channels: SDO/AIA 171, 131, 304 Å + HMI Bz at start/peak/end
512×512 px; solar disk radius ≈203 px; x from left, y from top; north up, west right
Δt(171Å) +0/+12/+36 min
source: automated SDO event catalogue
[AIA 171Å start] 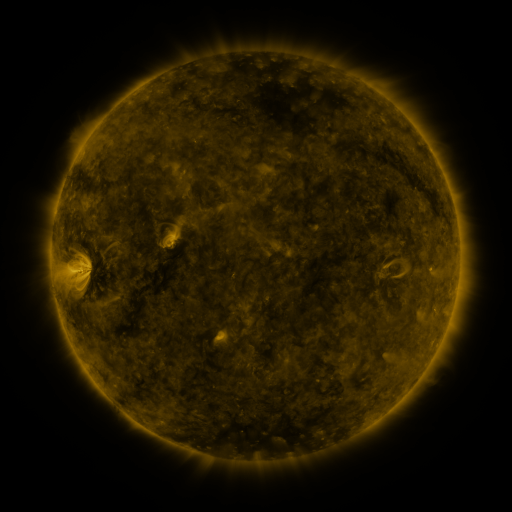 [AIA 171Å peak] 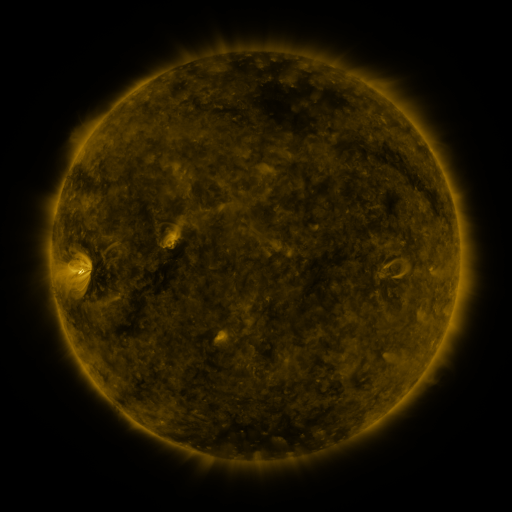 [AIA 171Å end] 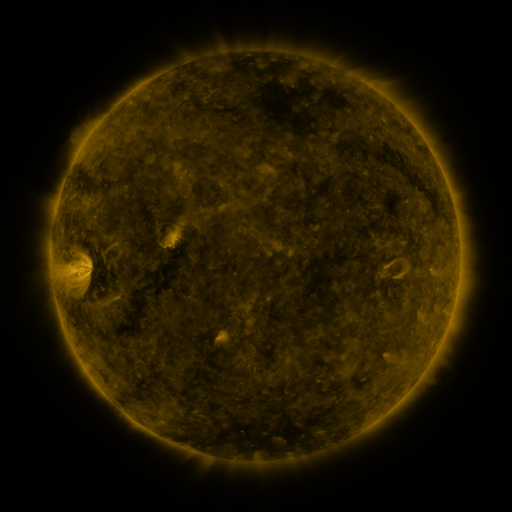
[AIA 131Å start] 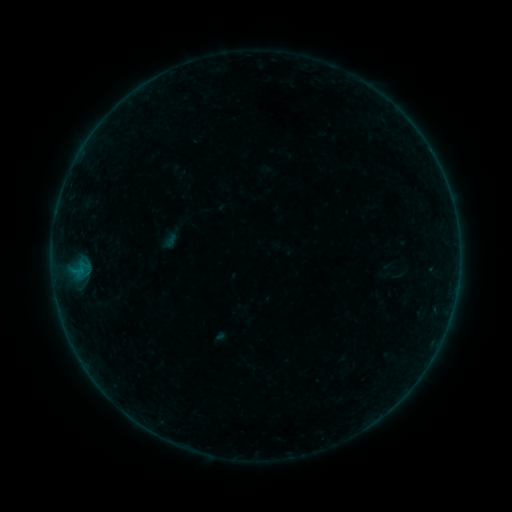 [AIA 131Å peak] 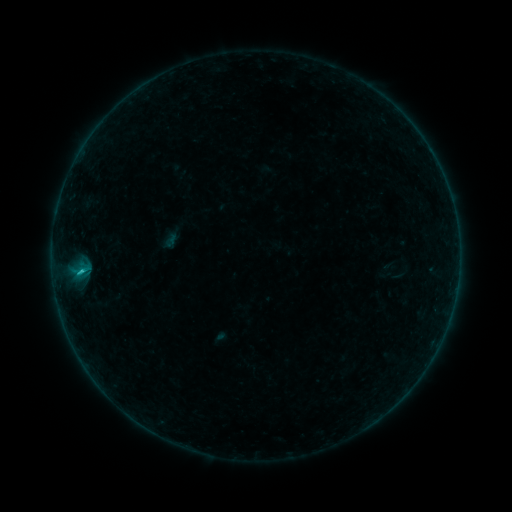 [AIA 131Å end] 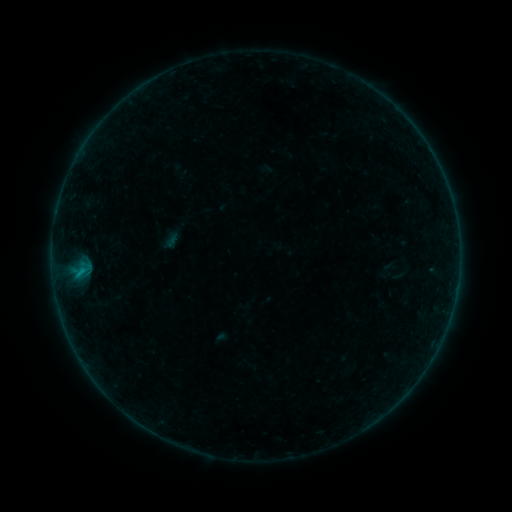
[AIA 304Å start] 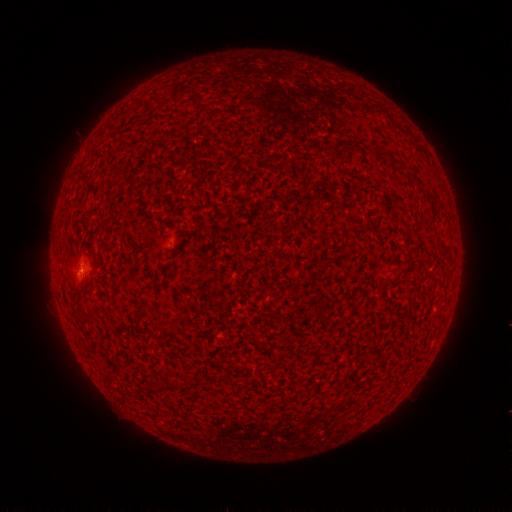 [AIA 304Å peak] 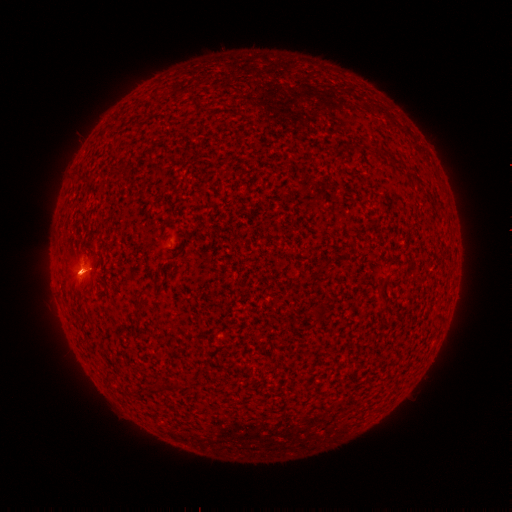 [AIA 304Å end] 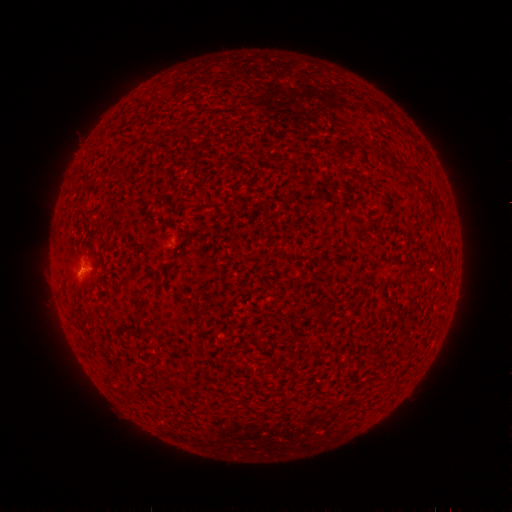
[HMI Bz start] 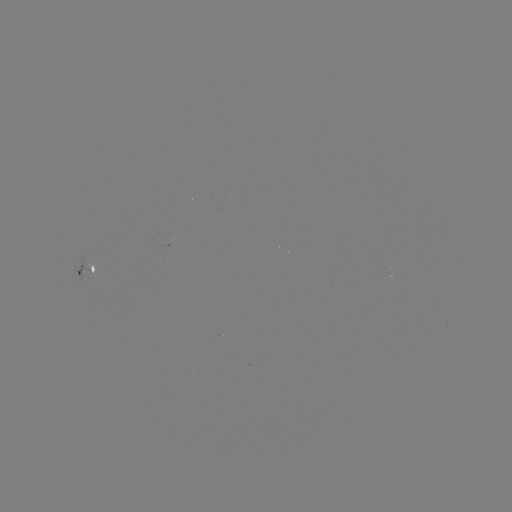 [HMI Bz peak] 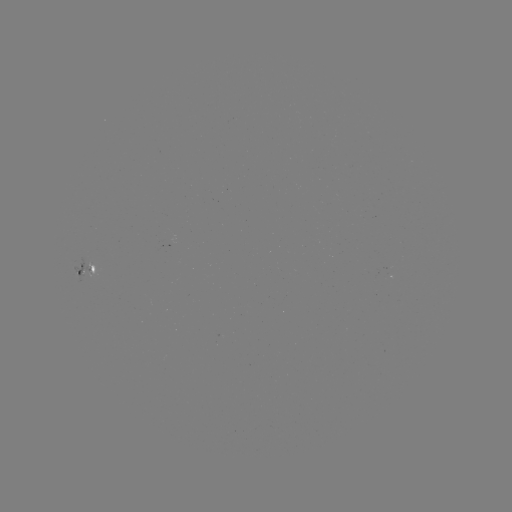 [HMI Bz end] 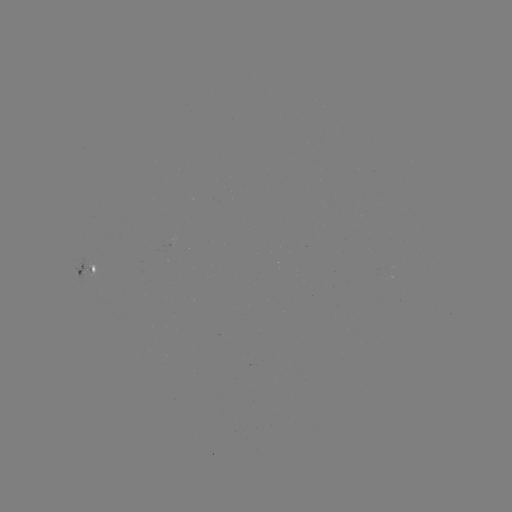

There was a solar flare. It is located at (82, 269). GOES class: B5.6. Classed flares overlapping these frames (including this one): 1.